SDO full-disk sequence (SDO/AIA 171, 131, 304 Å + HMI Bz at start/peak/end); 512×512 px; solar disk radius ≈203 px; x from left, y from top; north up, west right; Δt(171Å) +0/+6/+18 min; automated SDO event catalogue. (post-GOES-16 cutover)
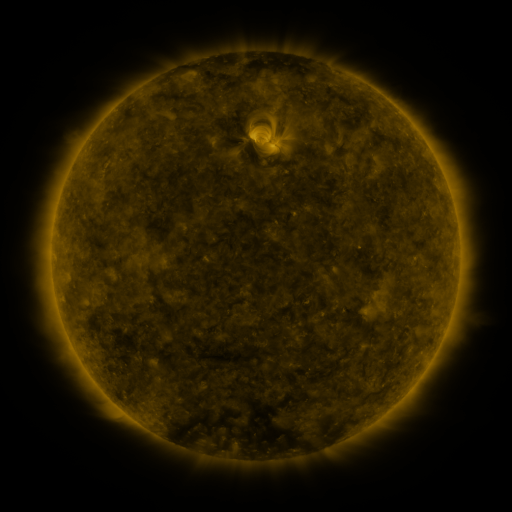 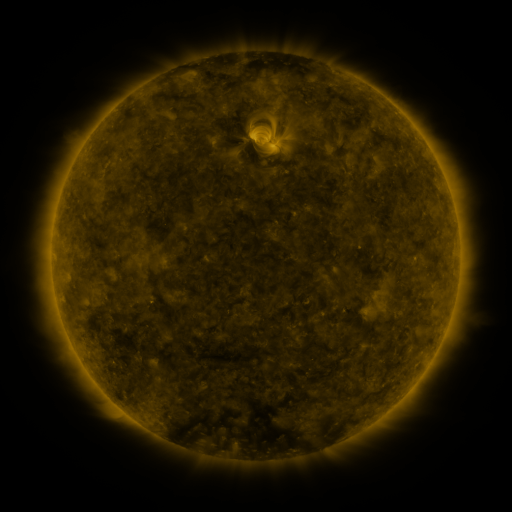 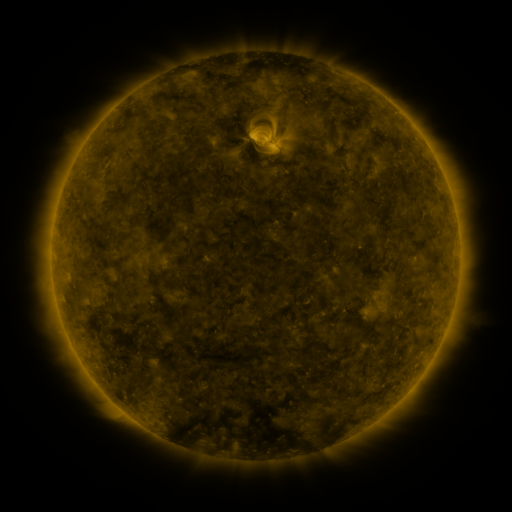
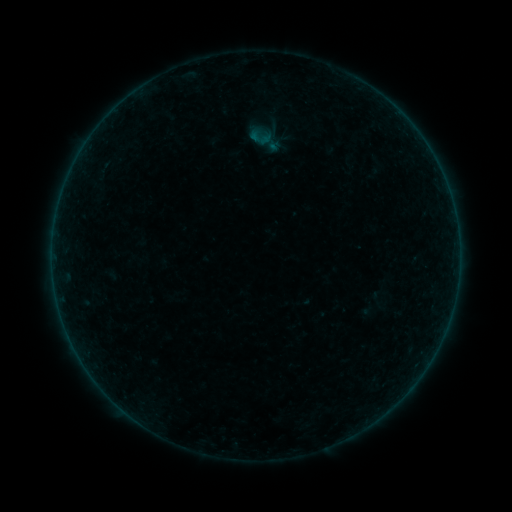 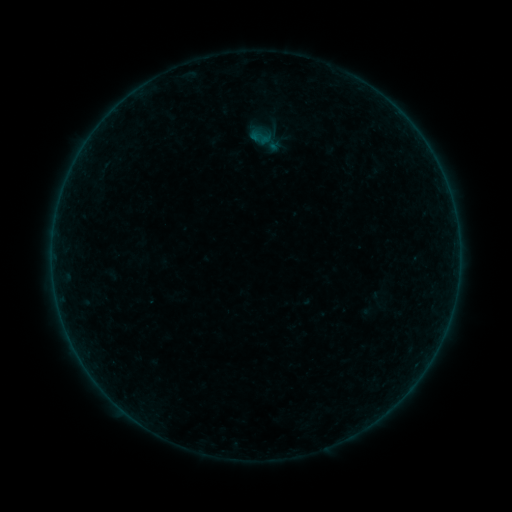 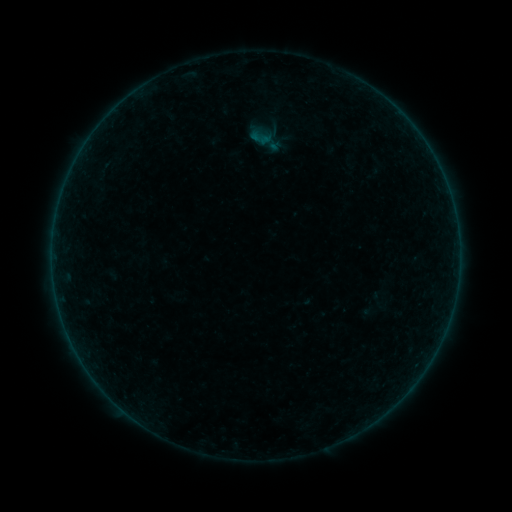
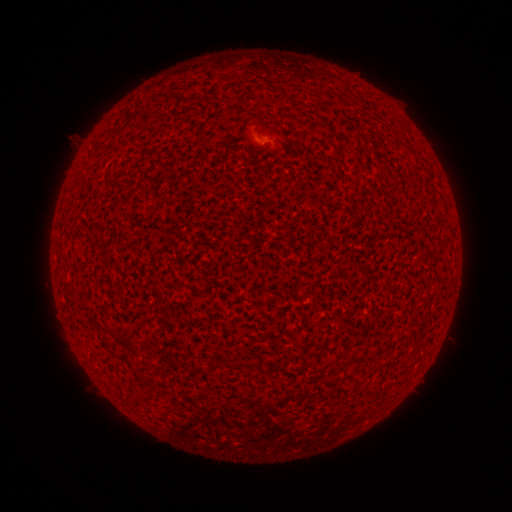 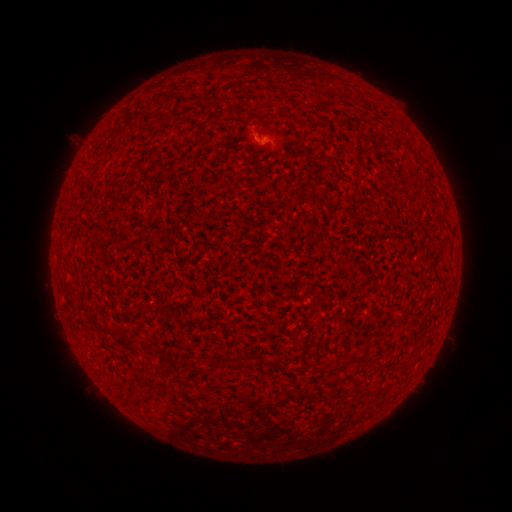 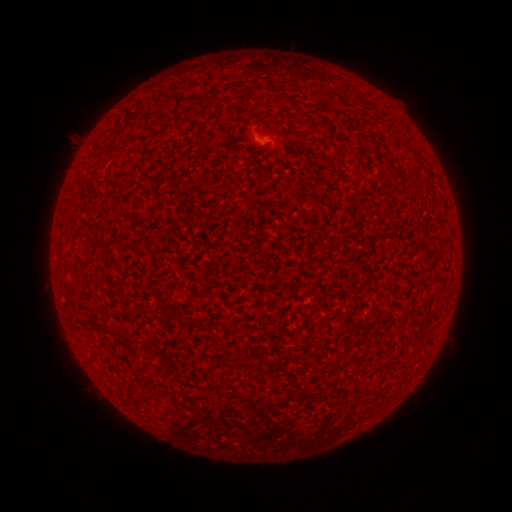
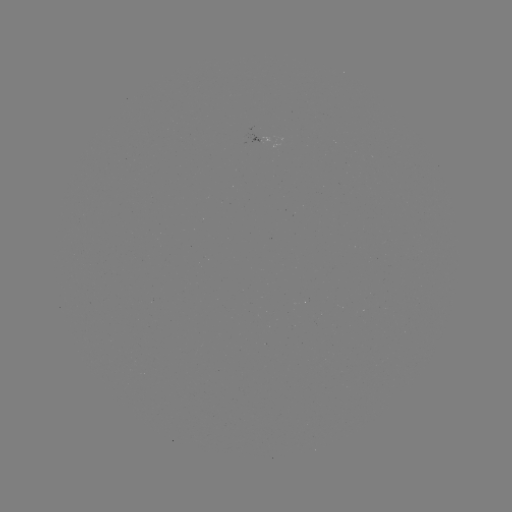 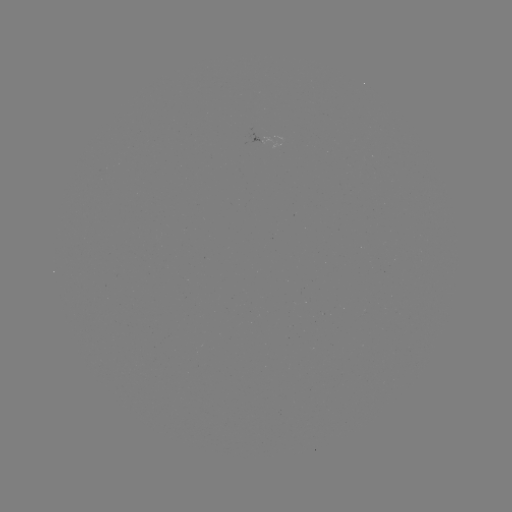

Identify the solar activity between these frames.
A4.4 flare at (259, 138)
